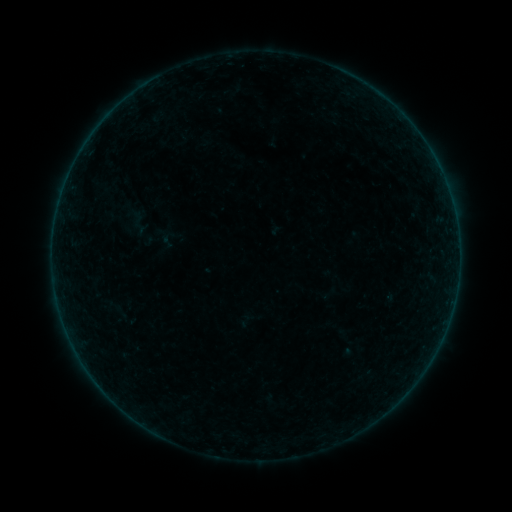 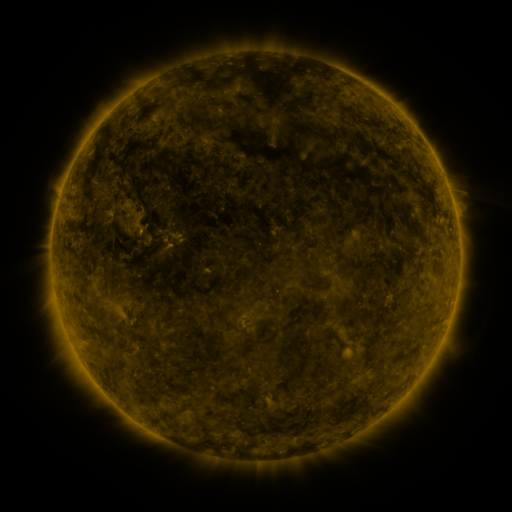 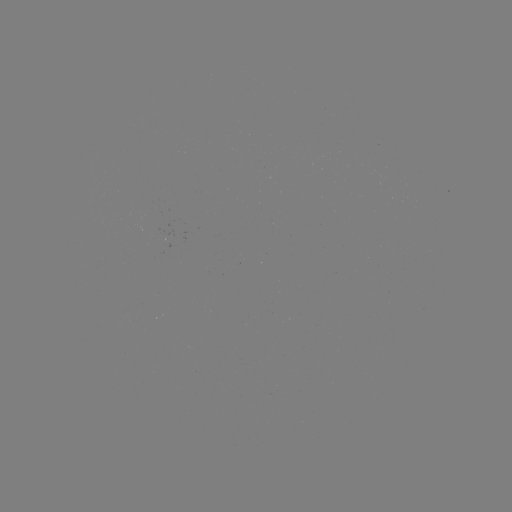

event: sigmoid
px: (169, 241)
